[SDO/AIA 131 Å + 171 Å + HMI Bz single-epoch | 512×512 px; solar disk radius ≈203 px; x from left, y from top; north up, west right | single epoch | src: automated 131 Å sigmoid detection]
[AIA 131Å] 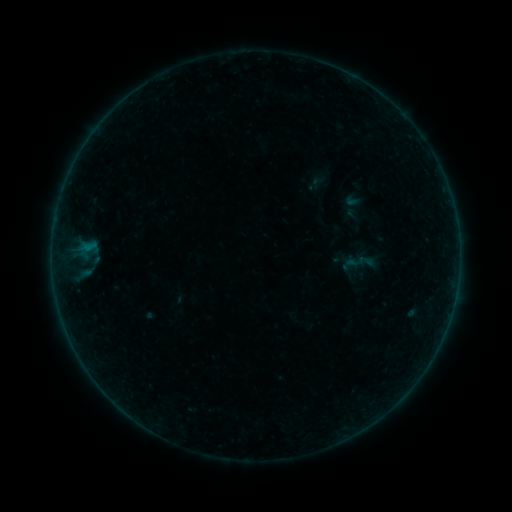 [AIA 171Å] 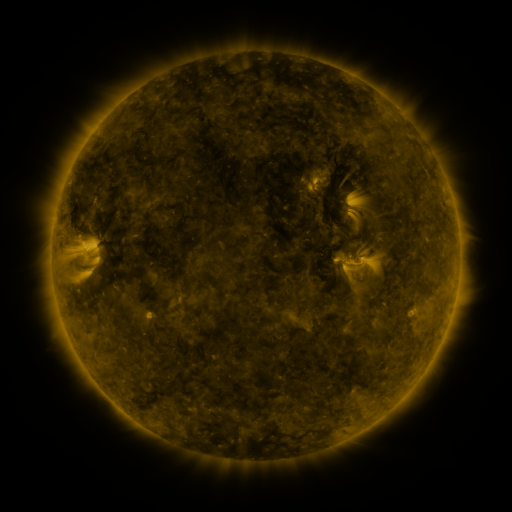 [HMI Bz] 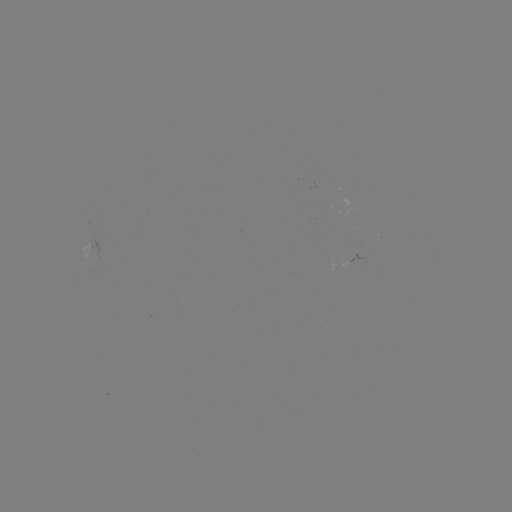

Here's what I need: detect sigmoid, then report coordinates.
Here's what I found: sigmoid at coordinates (360, 262).